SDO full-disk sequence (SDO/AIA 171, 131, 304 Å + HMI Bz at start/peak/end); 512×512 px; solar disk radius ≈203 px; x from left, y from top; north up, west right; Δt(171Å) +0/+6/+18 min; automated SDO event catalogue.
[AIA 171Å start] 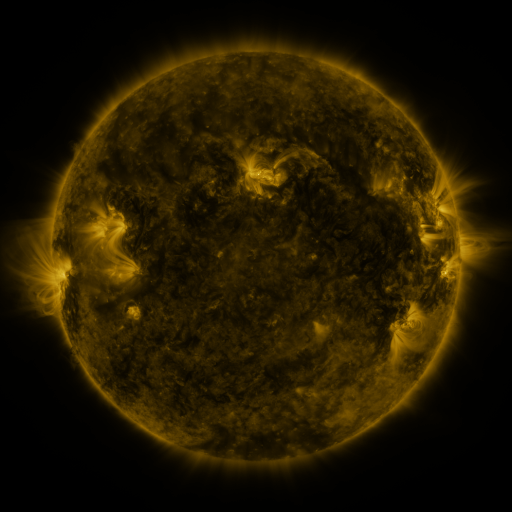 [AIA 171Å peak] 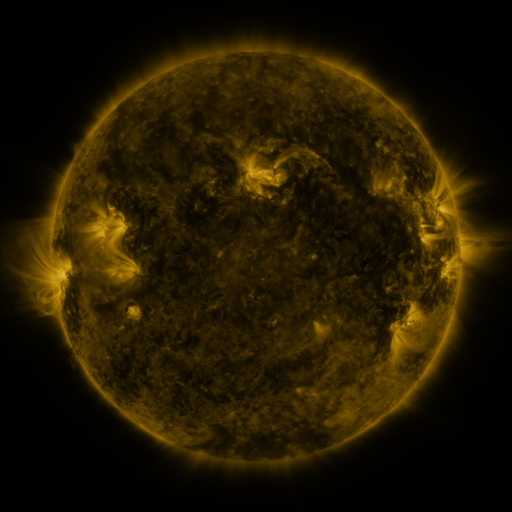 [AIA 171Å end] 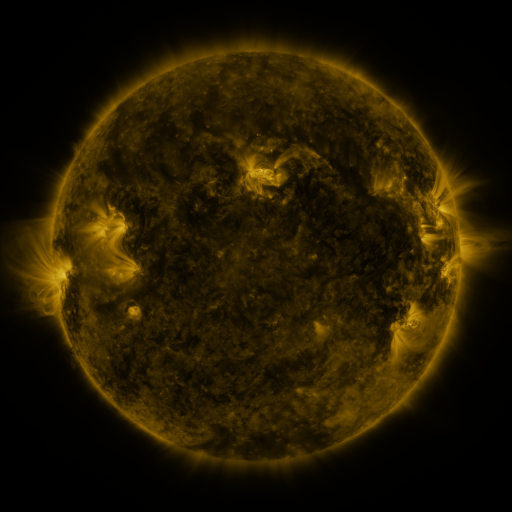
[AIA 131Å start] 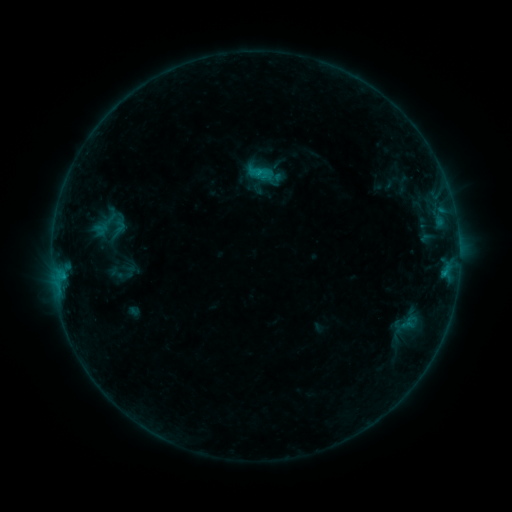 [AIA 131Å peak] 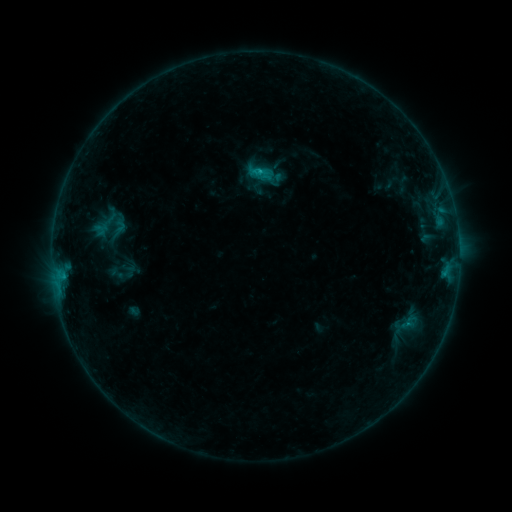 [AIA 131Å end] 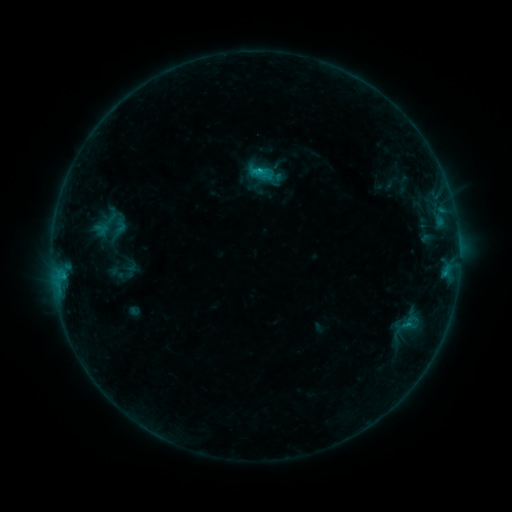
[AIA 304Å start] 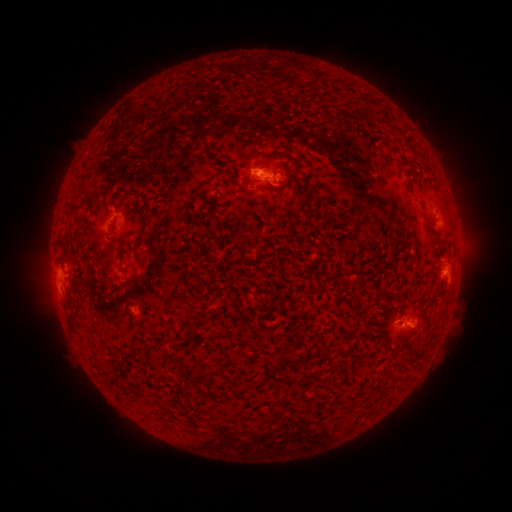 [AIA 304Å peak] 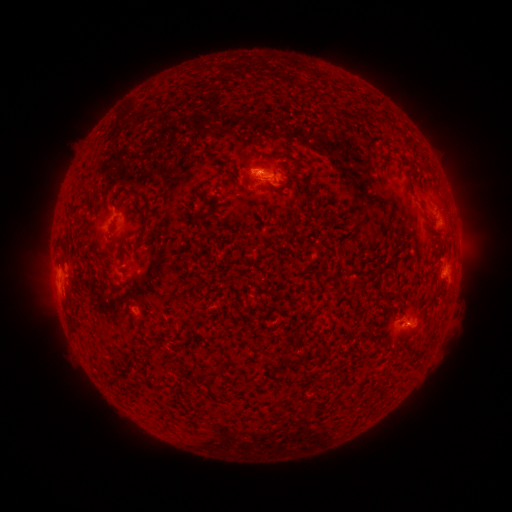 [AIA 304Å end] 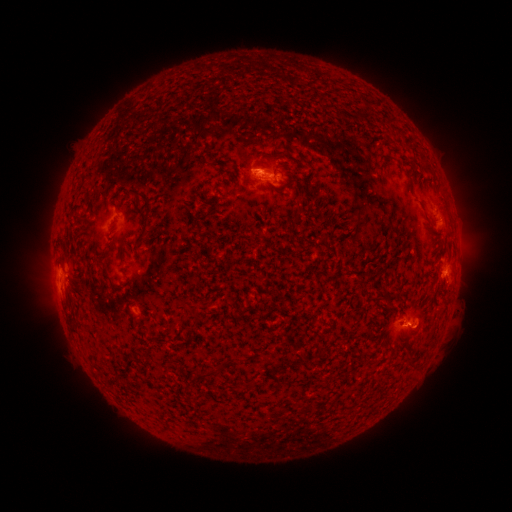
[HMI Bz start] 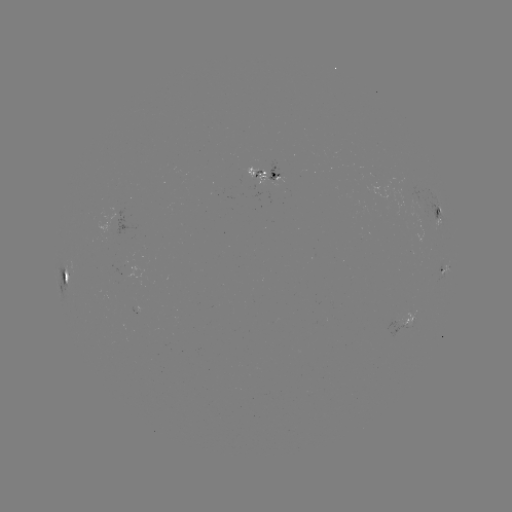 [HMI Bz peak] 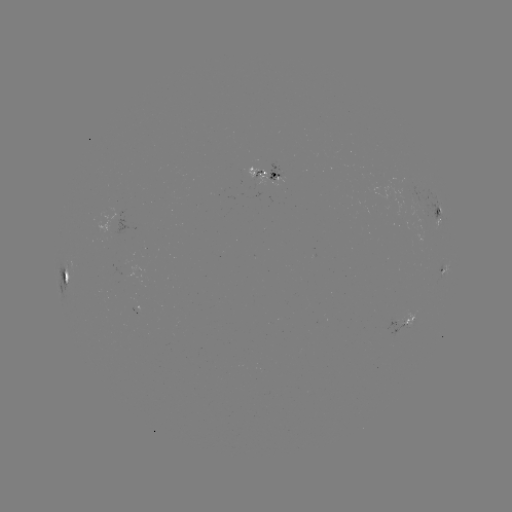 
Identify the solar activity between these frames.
B9.0 flare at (259, 171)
